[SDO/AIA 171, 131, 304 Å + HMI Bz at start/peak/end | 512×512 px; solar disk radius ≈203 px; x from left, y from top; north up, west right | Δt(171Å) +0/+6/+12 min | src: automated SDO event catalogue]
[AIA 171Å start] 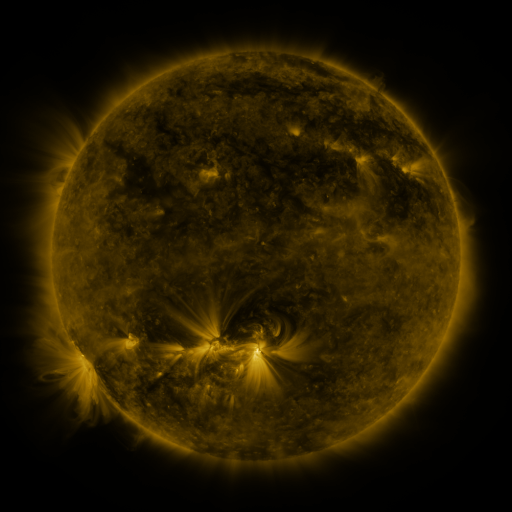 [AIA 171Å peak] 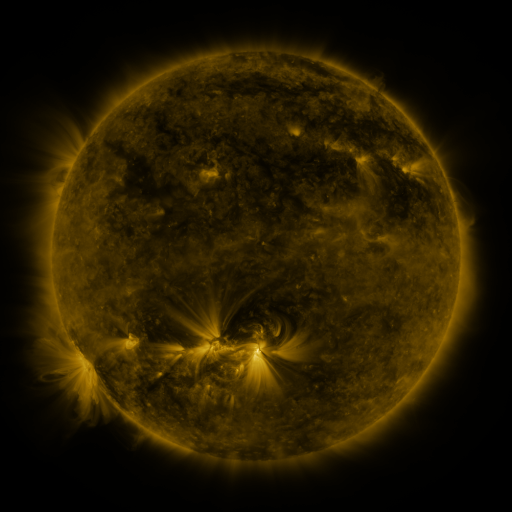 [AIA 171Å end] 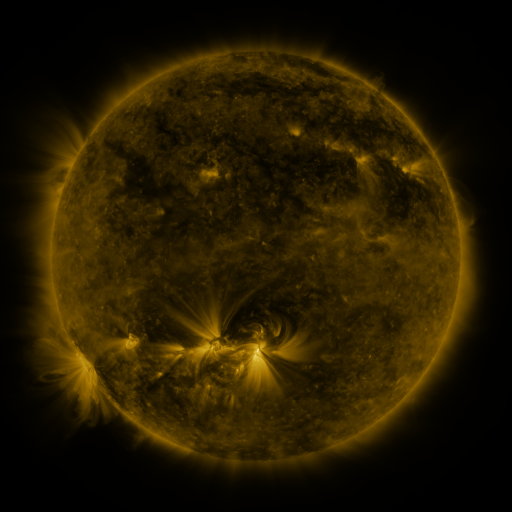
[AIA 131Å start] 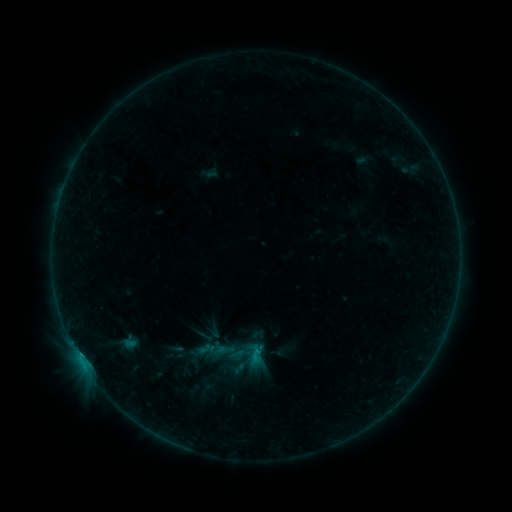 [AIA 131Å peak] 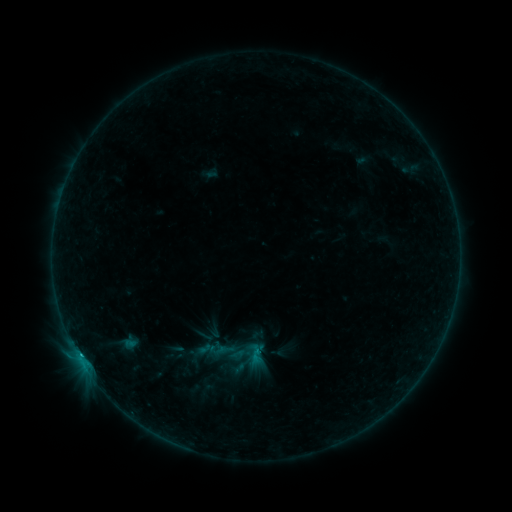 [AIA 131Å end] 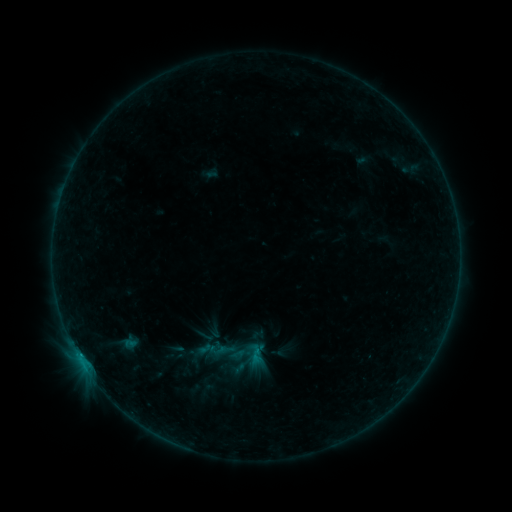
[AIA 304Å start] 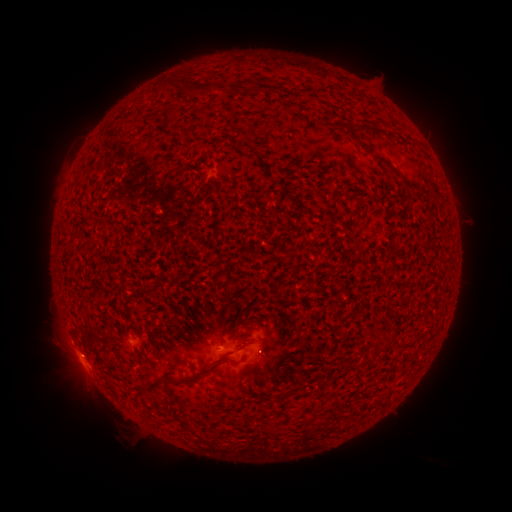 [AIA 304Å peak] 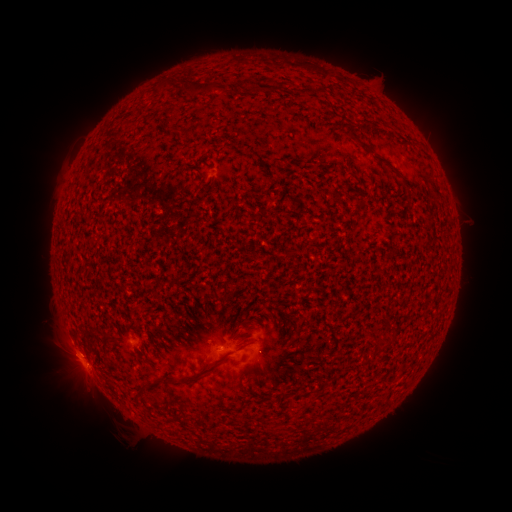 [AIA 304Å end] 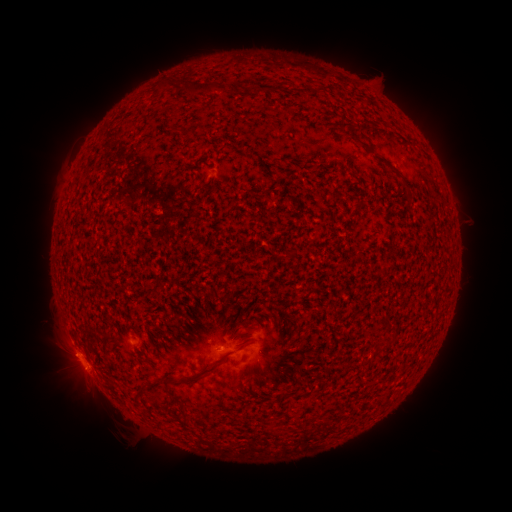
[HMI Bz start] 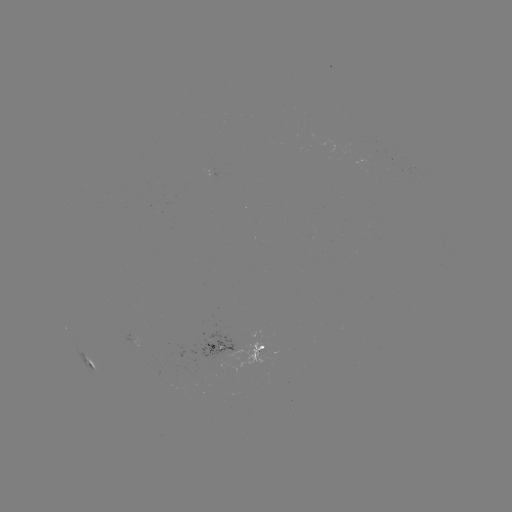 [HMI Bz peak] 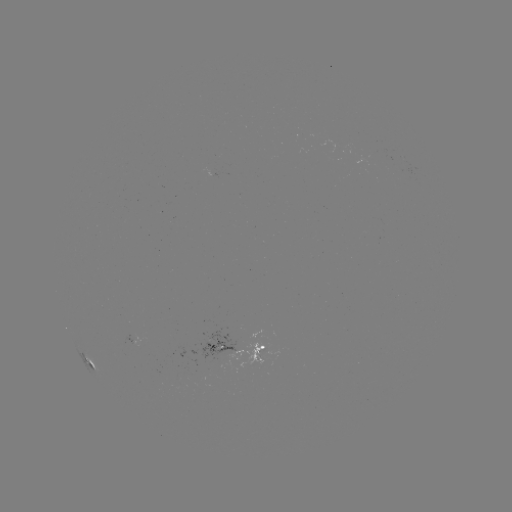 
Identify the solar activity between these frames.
B4.6 flare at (80, 353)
